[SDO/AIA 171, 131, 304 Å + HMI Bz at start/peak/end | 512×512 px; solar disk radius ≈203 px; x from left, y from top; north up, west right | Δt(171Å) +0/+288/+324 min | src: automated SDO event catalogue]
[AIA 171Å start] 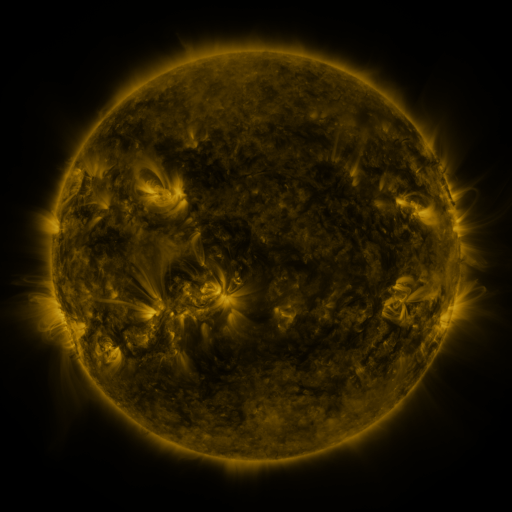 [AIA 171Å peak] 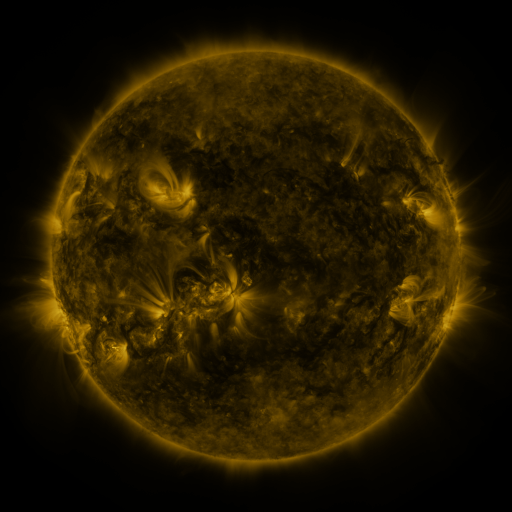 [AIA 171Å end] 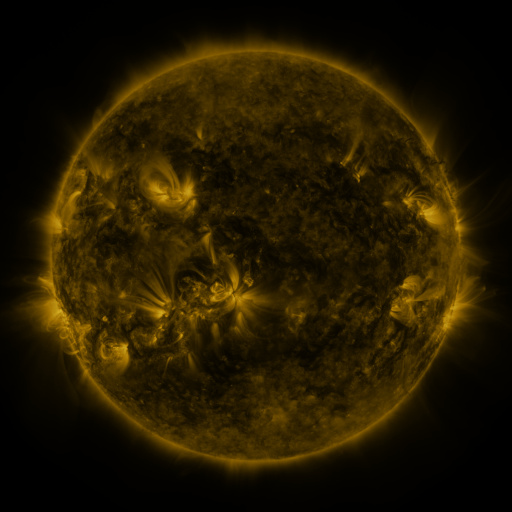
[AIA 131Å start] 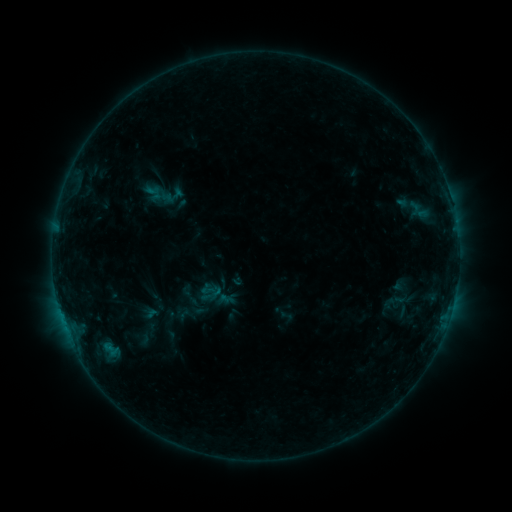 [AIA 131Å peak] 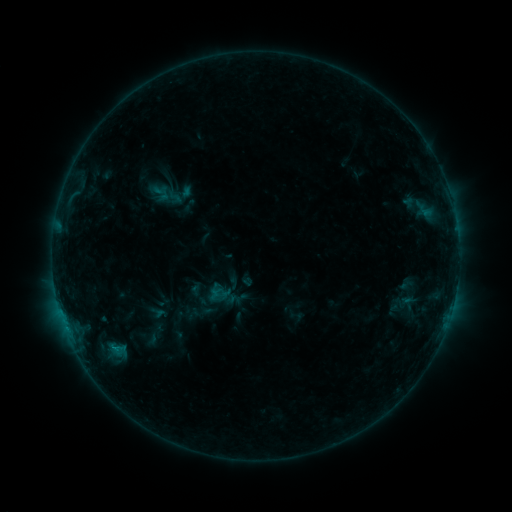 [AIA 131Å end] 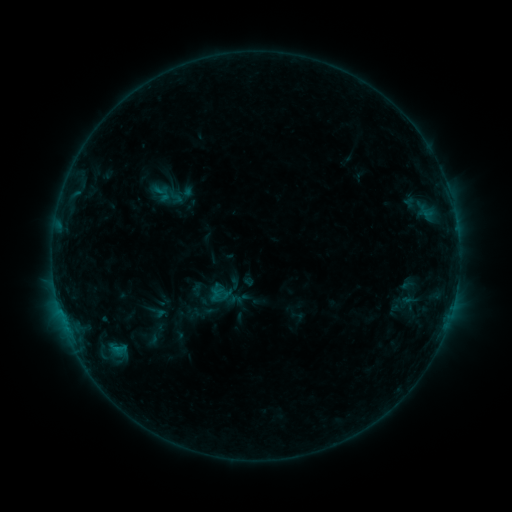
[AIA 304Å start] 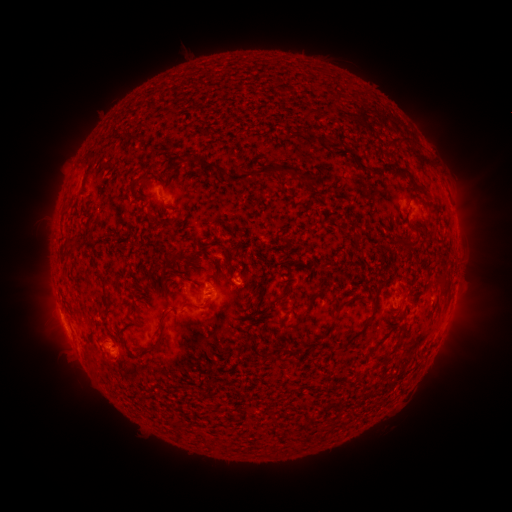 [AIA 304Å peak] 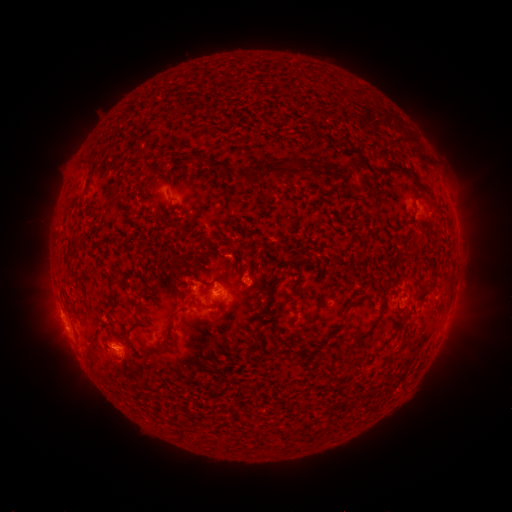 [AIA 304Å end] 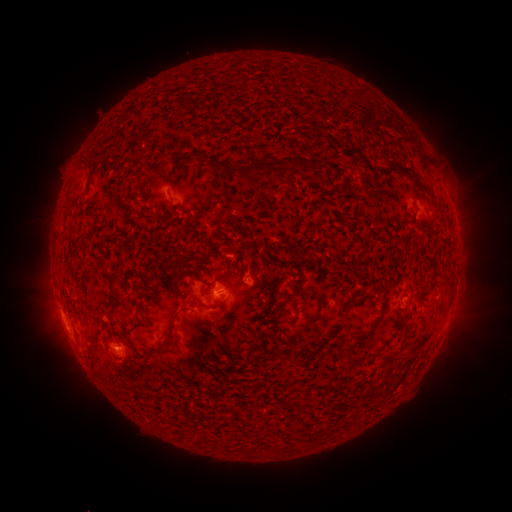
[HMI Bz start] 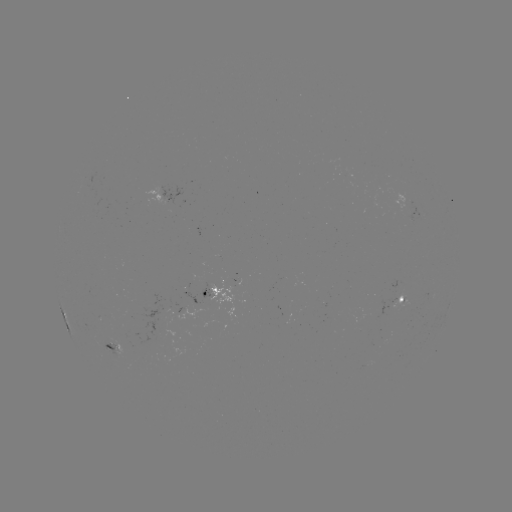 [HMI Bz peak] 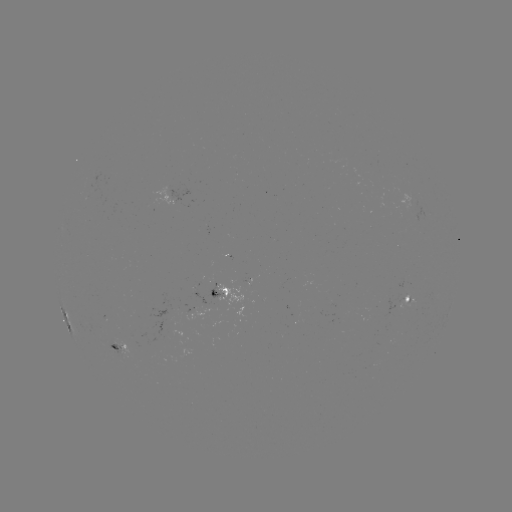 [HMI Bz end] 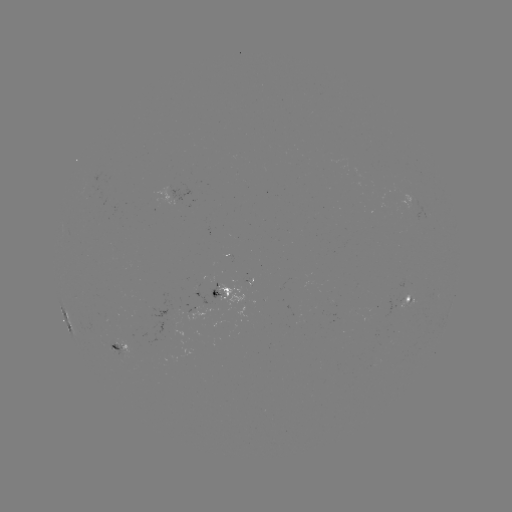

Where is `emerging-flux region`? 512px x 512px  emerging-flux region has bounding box [105, 334, 150, 357].